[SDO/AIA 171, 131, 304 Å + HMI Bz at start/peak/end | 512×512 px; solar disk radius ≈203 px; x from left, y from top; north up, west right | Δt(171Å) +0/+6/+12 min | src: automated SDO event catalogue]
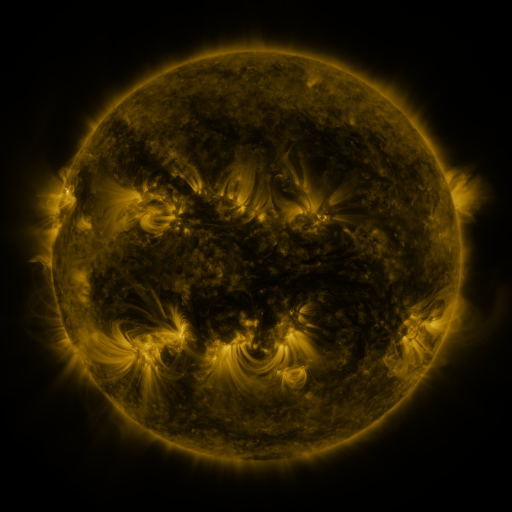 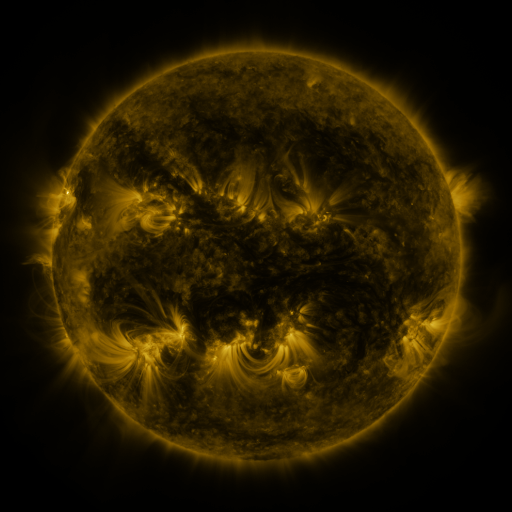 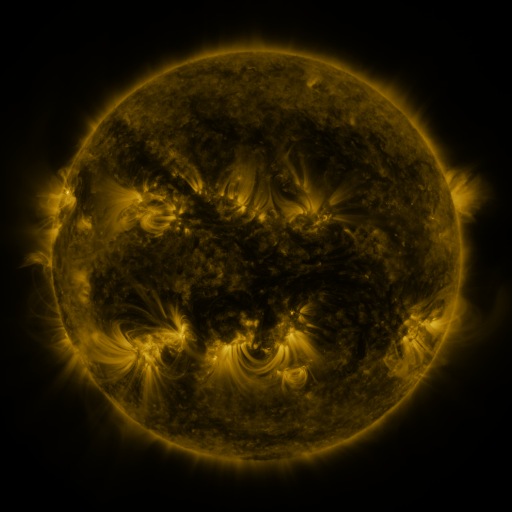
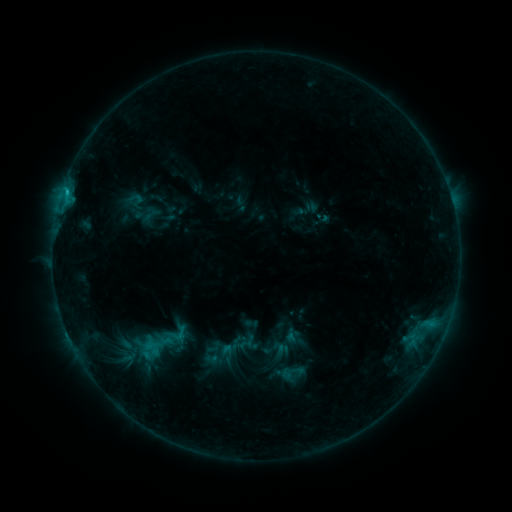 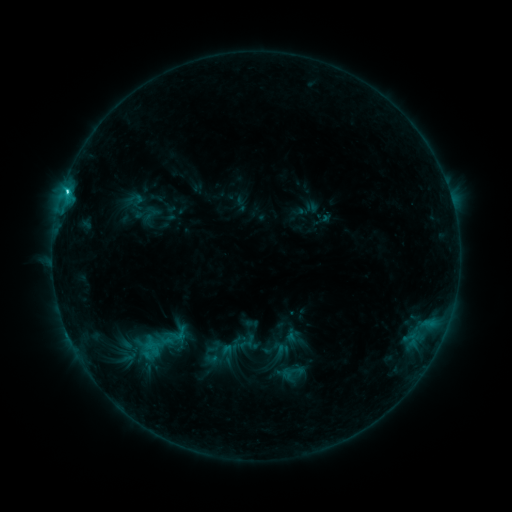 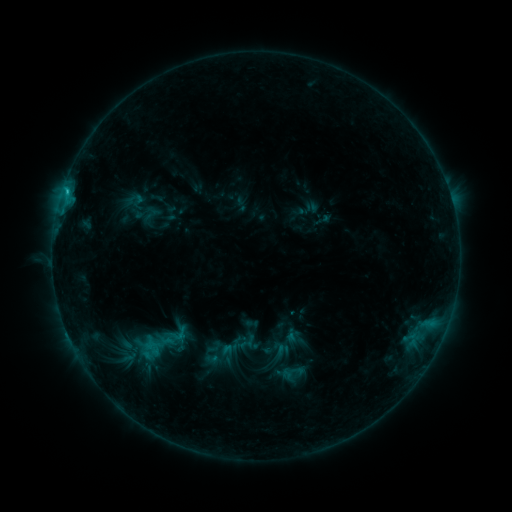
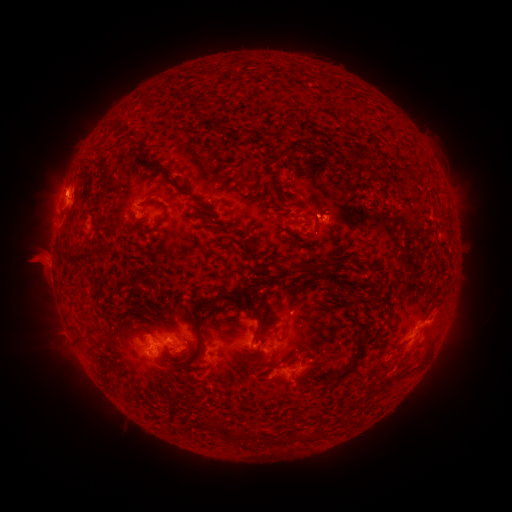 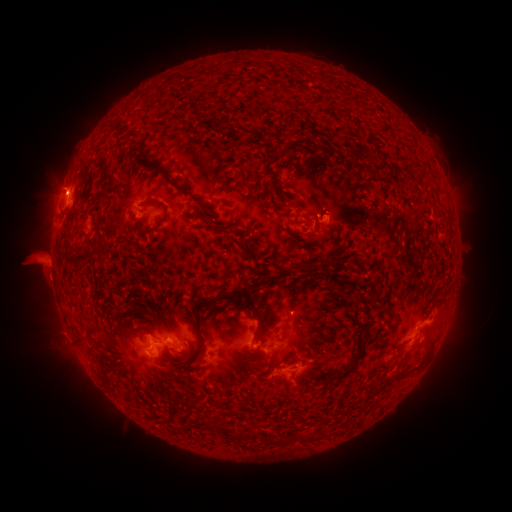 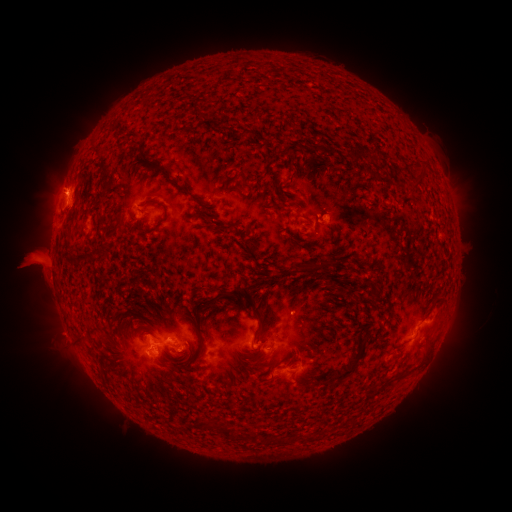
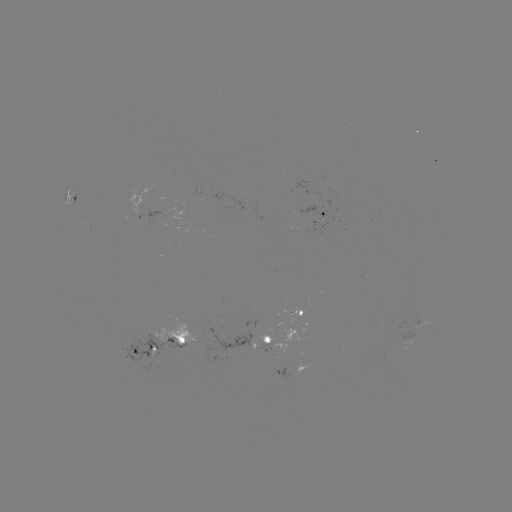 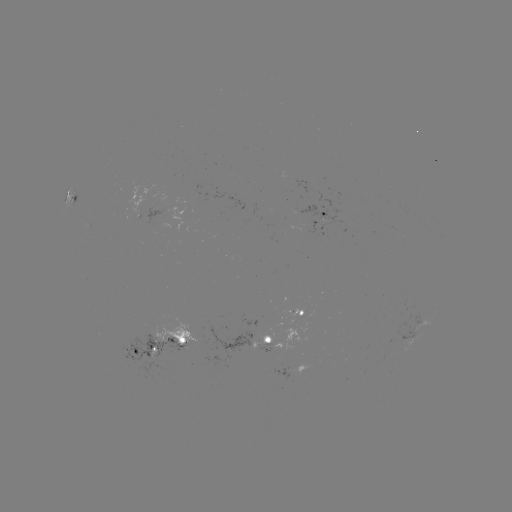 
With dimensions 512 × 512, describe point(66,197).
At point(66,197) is C2.4 flare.